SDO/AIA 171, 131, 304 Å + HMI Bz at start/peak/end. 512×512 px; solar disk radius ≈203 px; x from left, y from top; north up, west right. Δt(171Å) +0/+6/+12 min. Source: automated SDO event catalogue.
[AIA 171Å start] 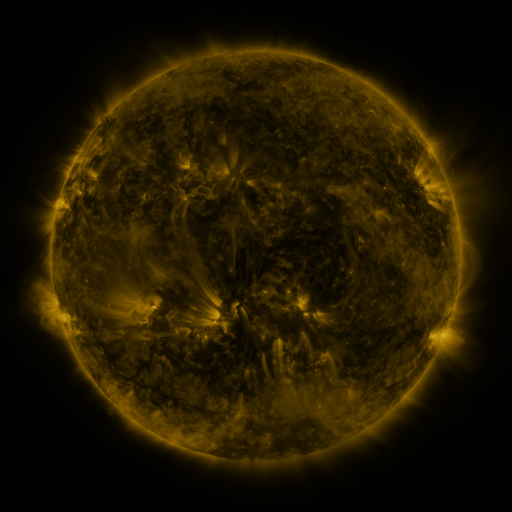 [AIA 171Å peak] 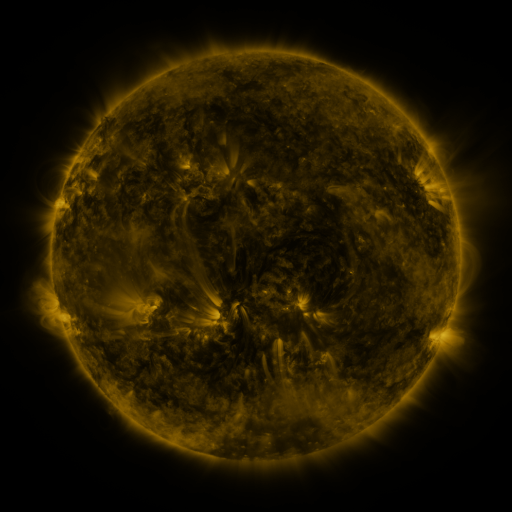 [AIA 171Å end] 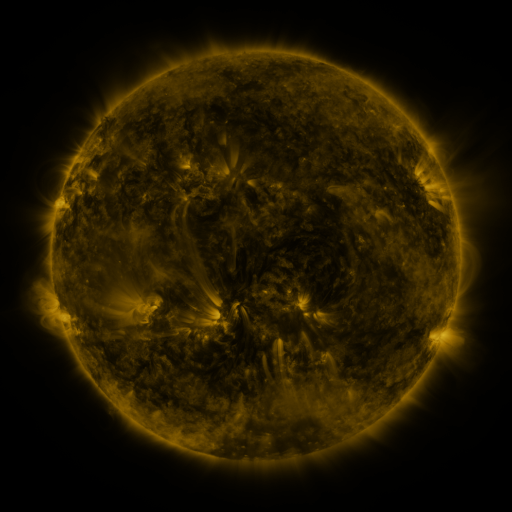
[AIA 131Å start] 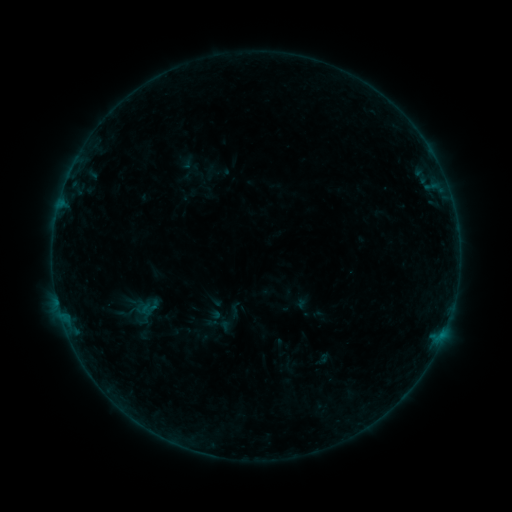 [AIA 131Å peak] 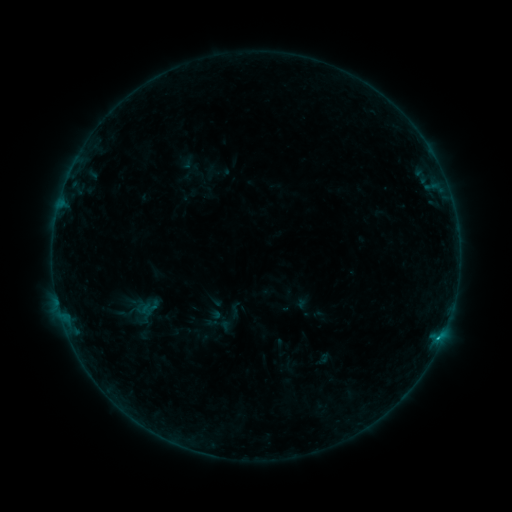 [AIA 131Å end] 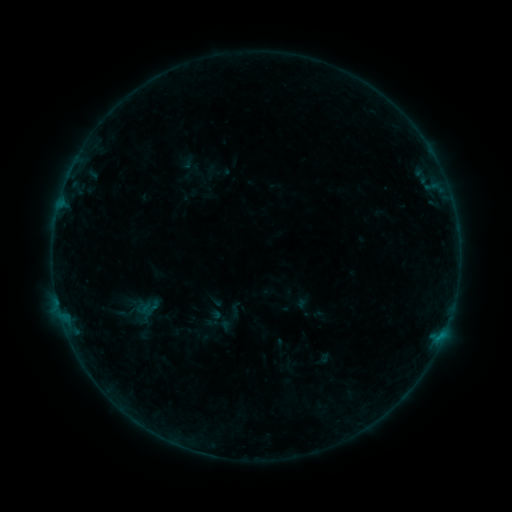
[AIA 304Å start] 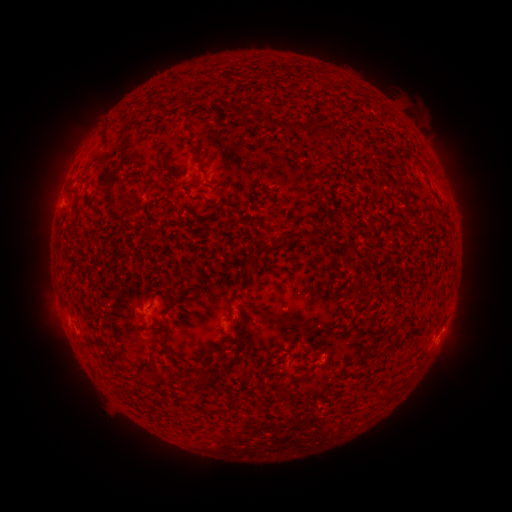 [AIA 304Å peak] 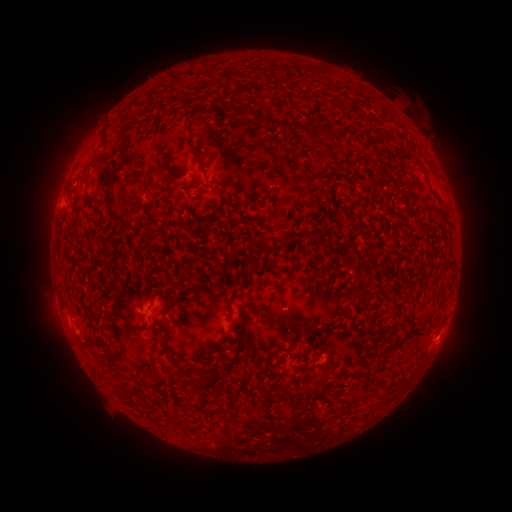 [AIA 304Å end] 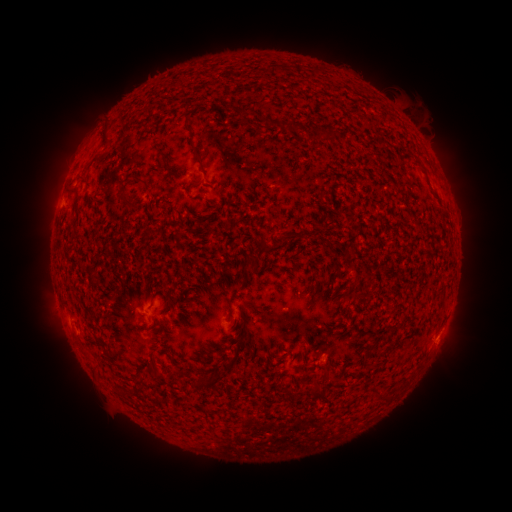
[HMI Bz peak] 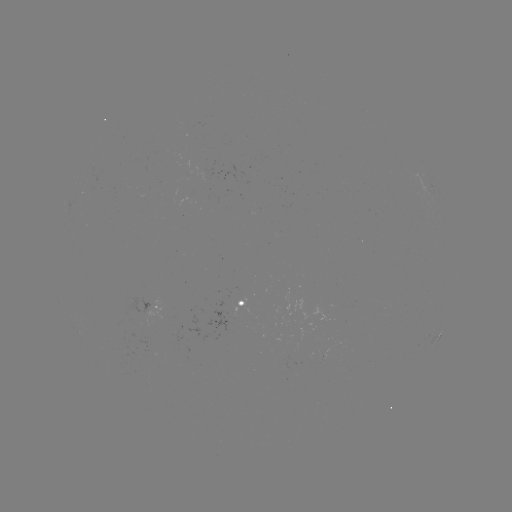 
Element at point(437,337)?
B2.7 flare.